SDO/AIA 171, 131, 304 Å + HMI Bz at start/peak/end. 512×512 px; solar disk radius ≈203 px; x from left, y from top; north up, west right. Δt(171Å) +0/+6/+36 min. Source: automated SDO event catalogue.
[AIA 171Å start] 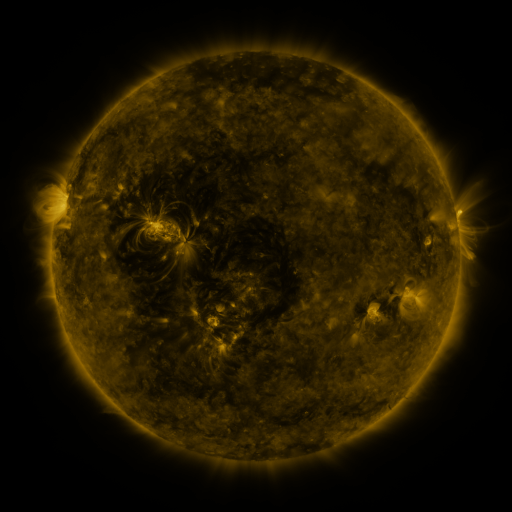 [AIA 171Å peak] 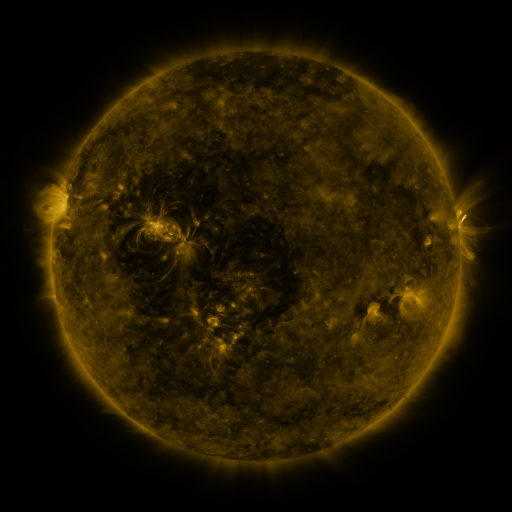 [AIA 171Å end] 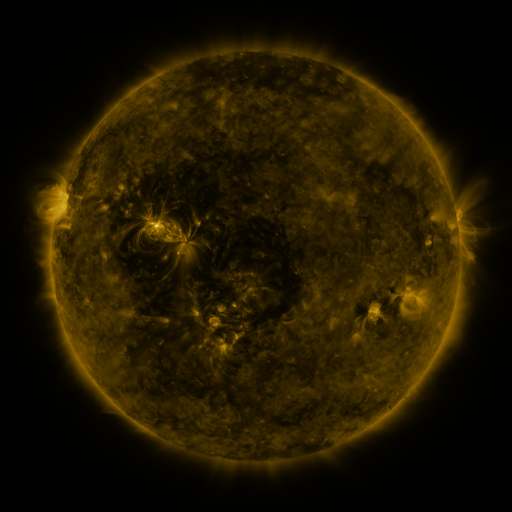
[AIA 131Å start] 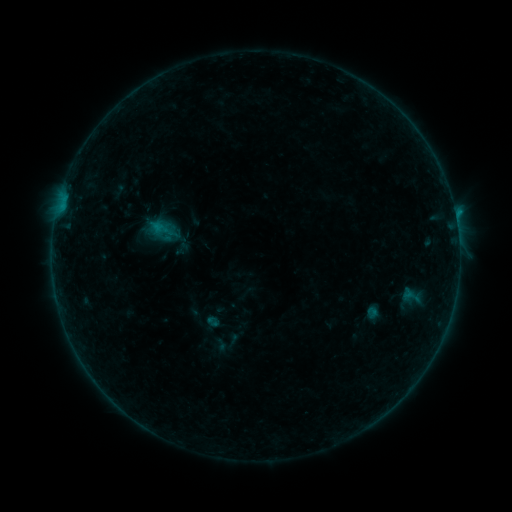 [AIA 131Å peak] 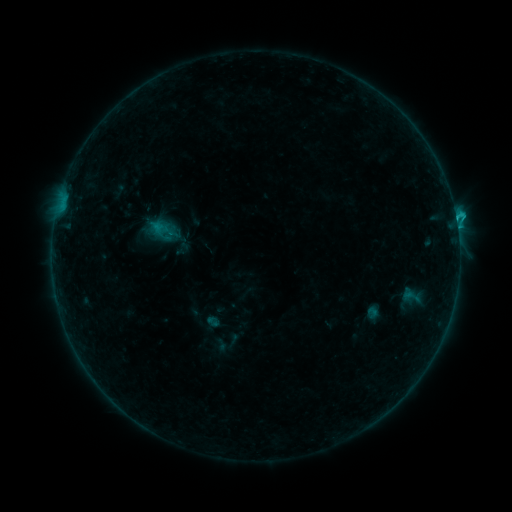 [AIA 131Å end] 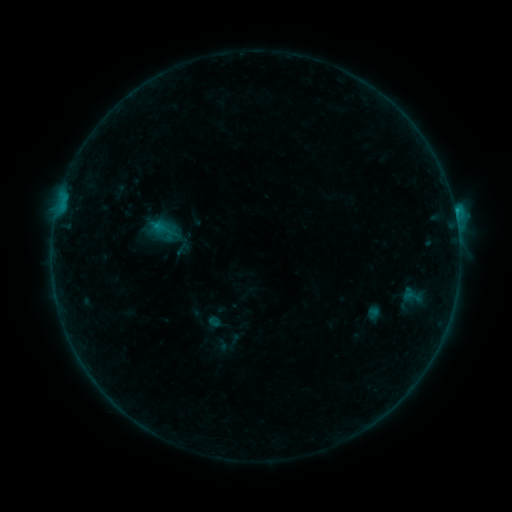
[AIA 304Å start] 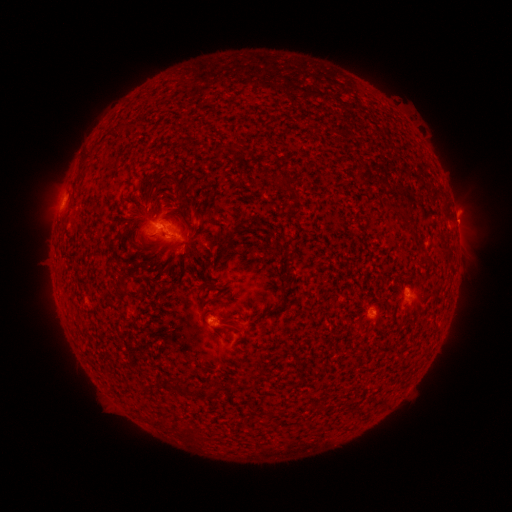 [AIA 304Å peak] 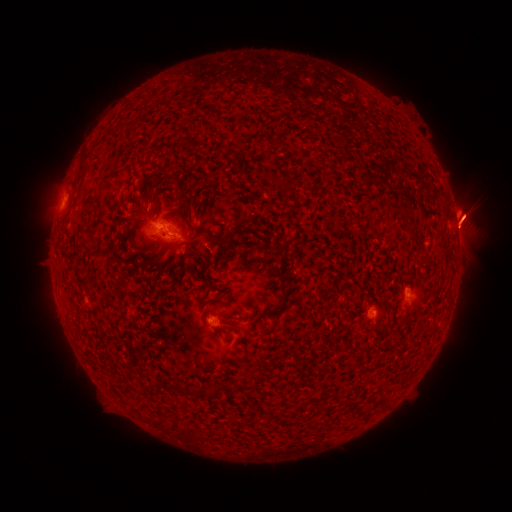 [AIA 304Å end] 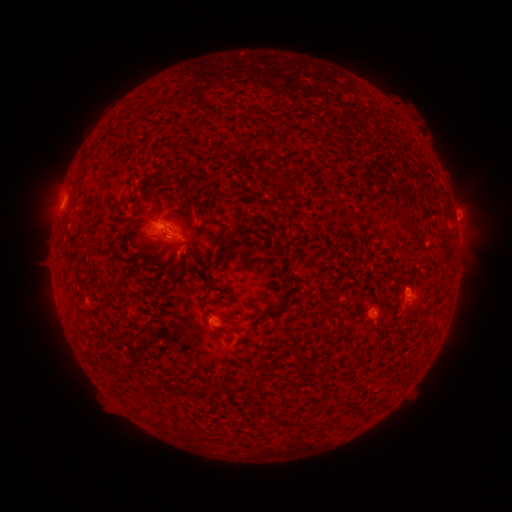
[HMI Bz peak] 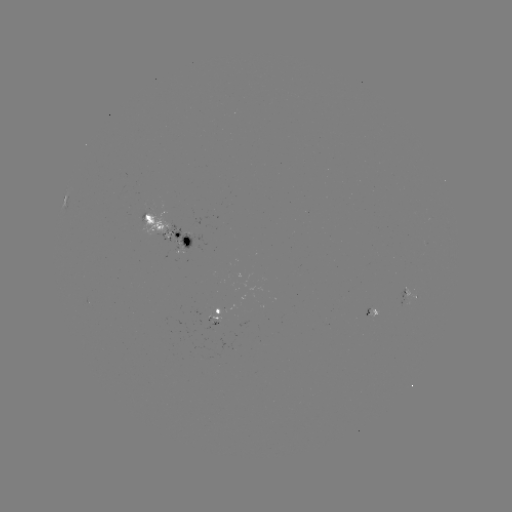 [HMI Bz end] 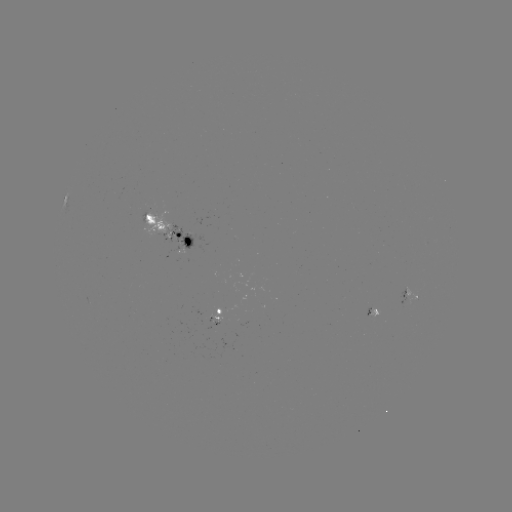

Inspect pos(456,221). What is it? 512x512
C1.5 flare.